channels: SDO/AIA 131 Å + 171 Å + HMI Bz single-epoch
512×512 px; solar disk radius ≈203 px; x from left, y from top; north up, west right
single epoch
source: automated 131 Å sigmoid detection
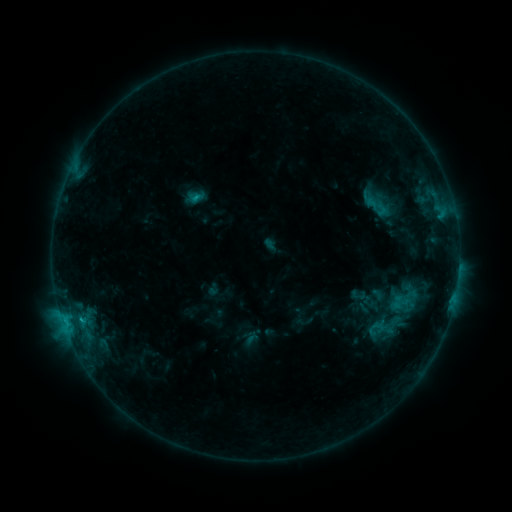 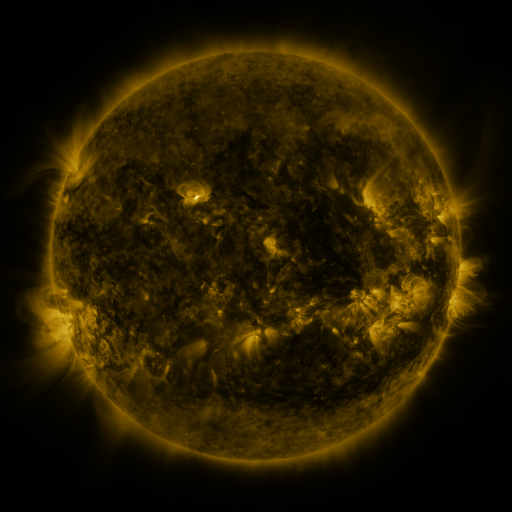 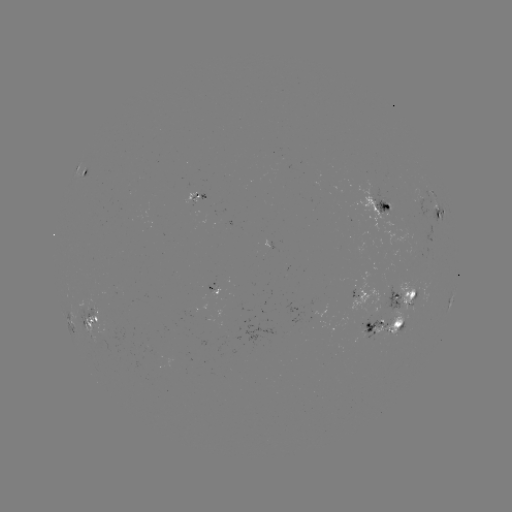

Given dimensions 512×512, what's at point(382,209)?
sigmoid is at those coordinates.